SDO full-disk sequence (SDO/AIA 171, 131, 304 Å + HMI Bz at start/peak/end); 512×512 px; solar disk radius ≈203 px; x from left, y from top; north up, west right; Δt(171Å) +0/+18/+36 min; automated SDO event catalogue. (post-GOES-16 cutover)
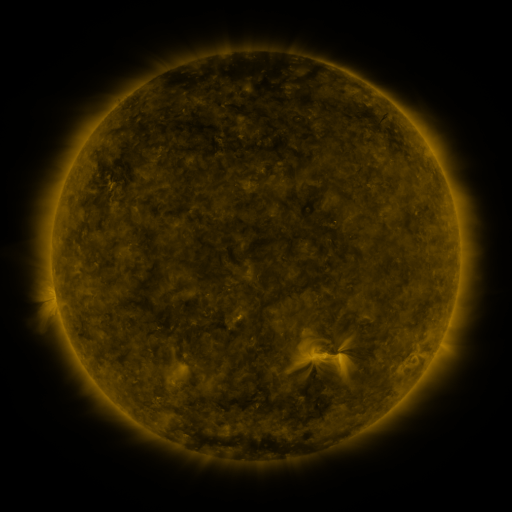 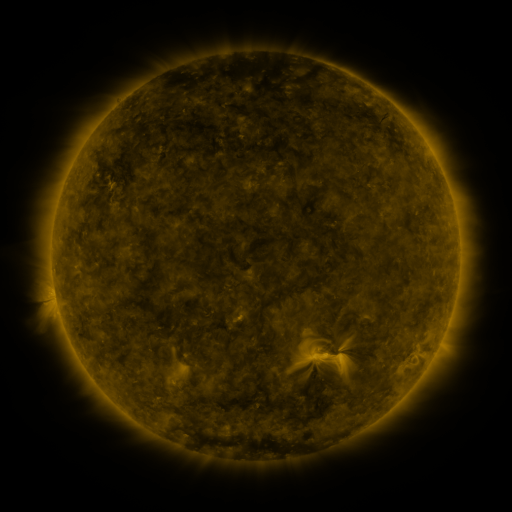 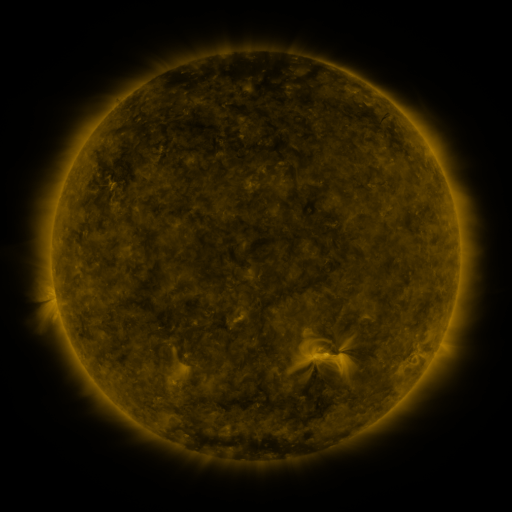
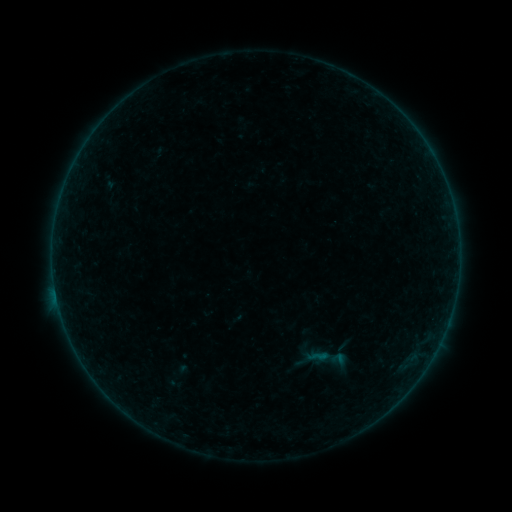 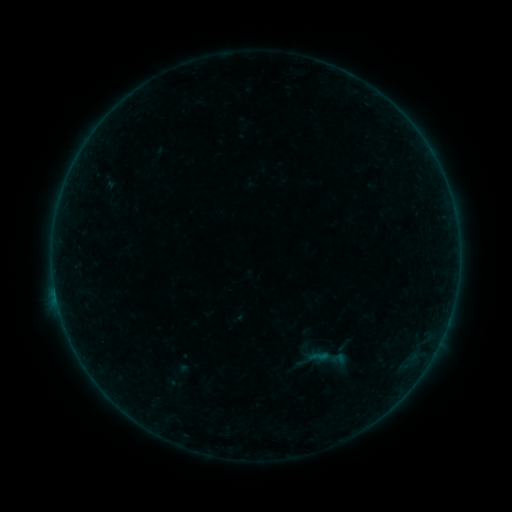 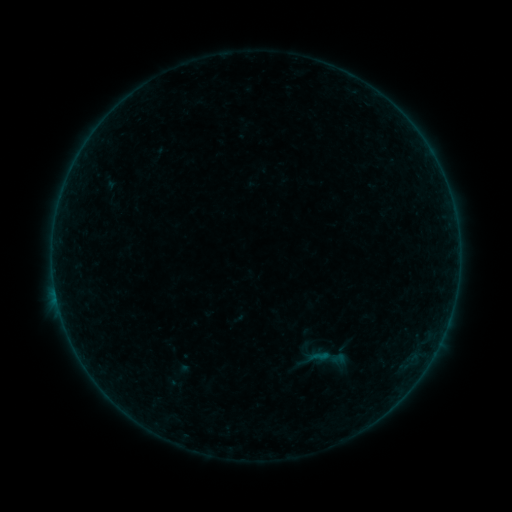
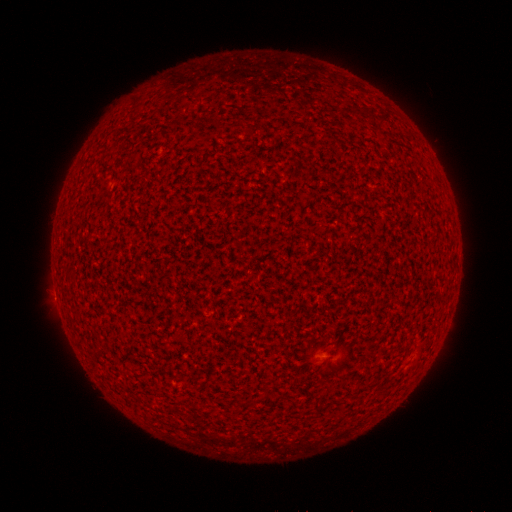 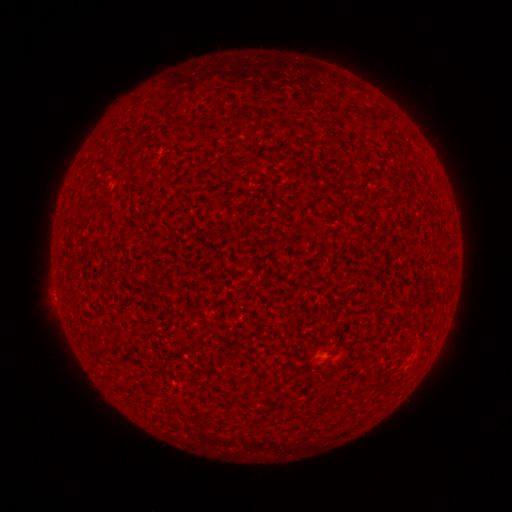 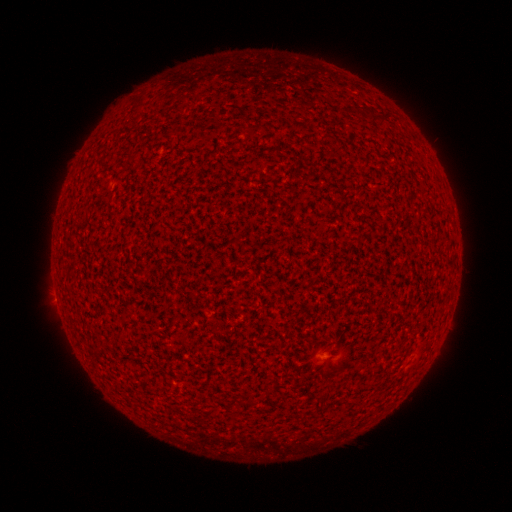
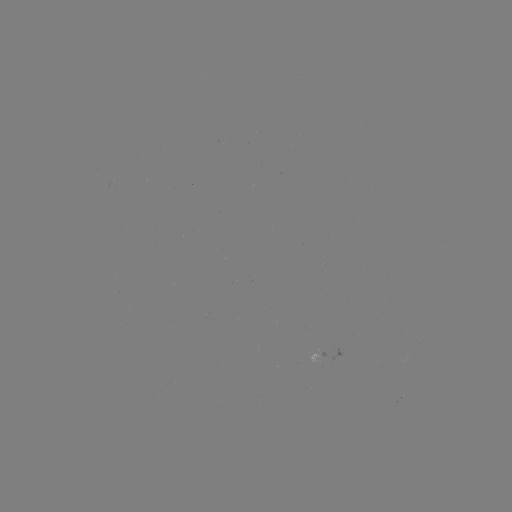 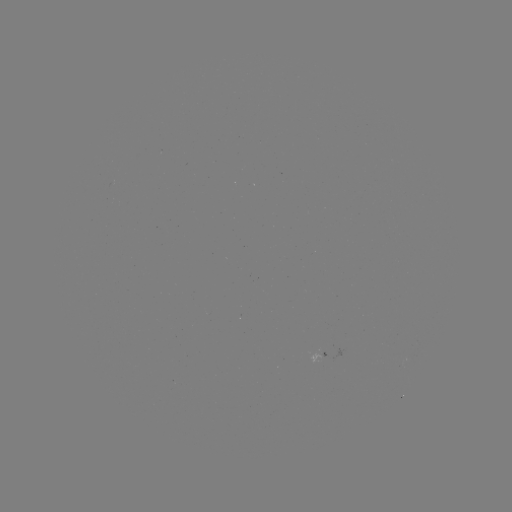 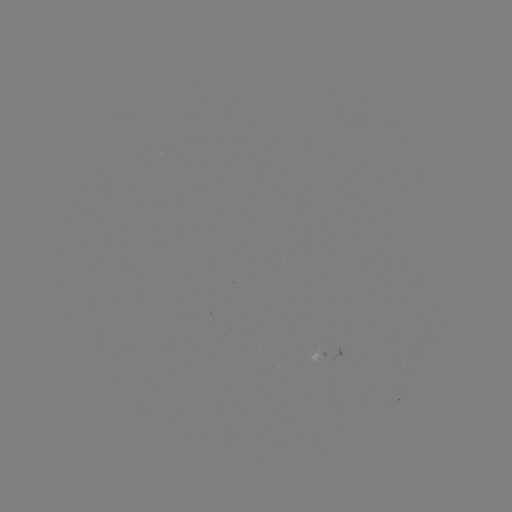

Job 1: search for A5.8 flare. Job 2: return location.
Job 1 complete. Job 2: [57, 298].